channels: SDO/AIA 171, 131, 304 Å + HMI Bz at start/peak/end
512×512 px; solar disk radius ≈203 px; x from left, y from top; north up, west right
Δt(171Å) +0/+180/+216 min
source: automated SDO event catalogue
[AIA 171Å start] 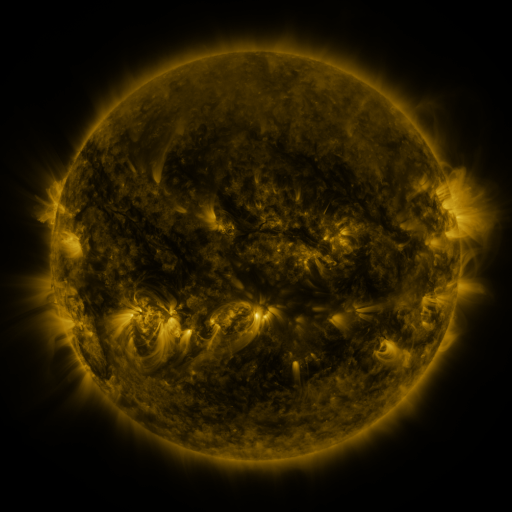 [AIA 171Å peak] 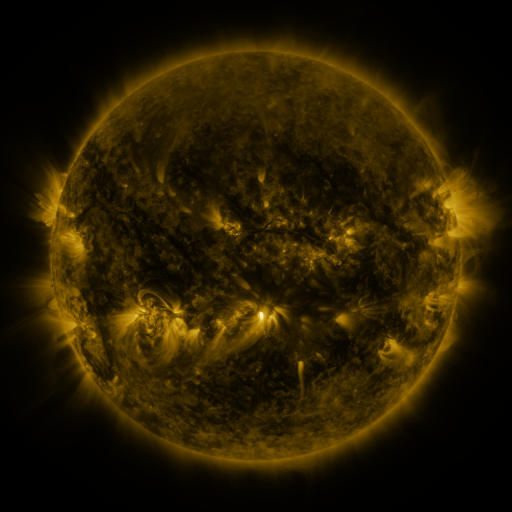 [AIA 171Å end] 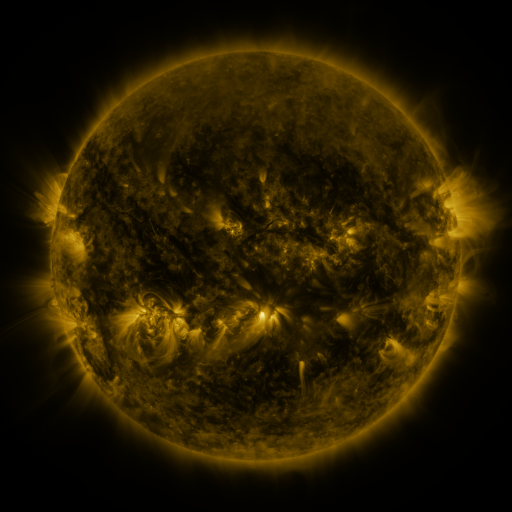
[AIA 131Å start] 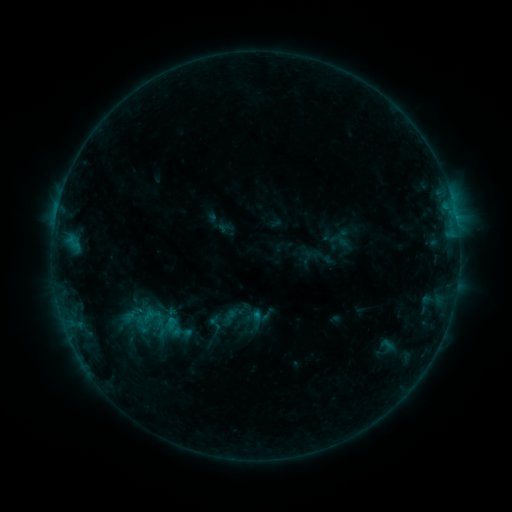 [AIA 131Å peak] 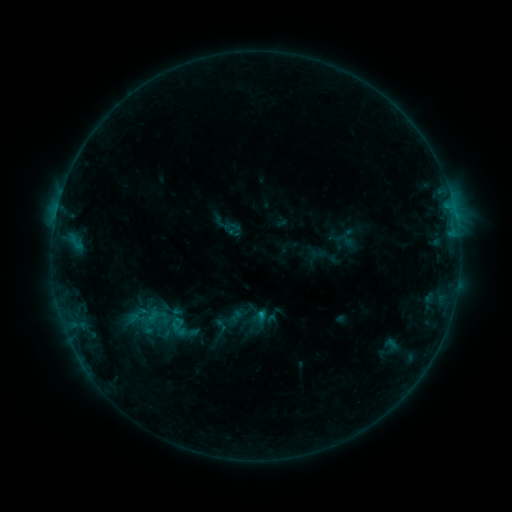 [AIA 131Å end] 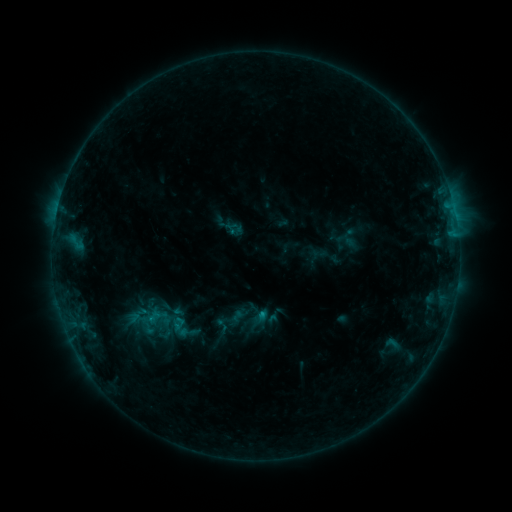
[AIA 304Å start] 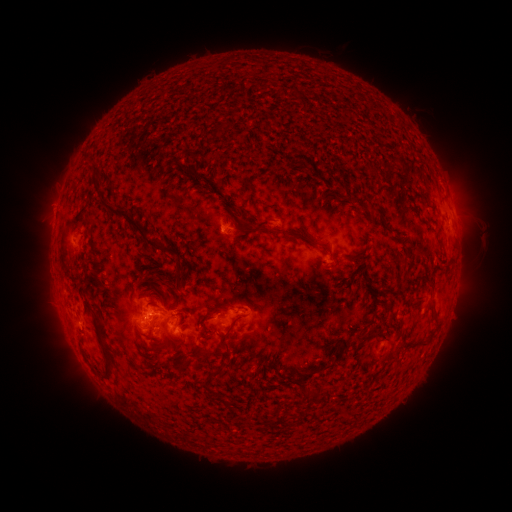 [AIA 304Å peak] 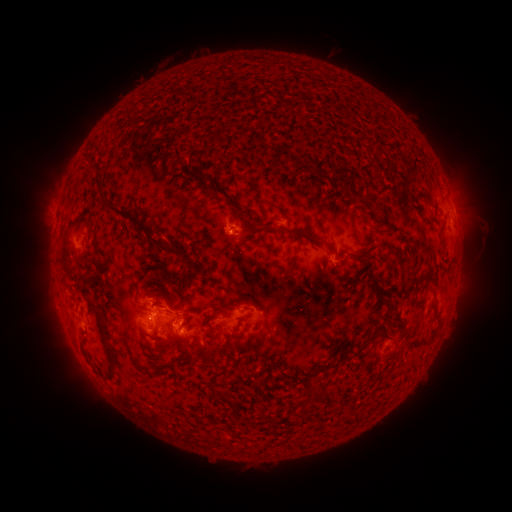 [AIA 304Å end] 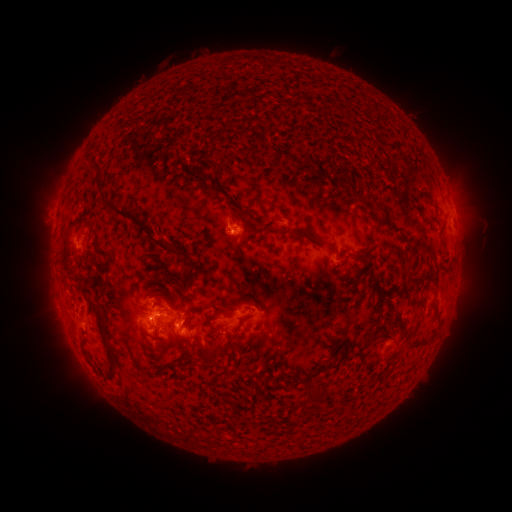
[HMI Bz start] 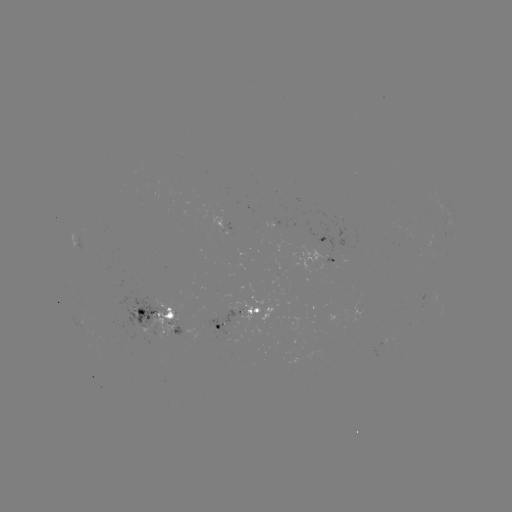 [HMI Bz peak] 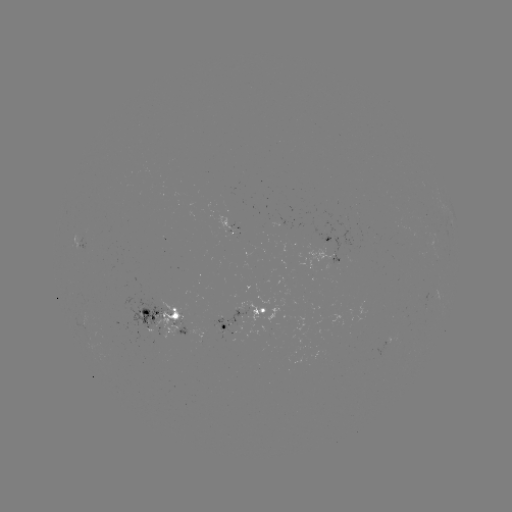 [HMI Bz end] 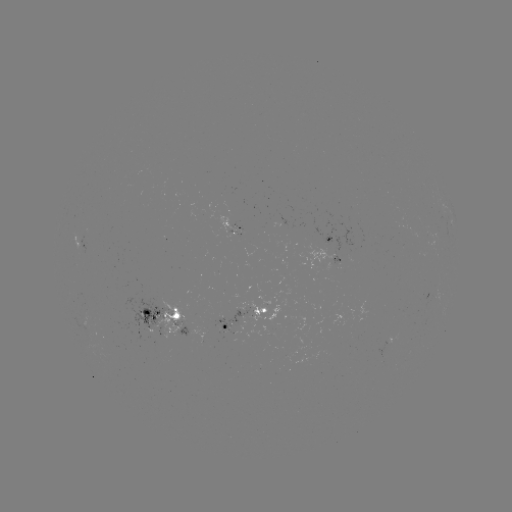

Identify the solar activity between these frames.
emerging-flux region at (148, 322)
